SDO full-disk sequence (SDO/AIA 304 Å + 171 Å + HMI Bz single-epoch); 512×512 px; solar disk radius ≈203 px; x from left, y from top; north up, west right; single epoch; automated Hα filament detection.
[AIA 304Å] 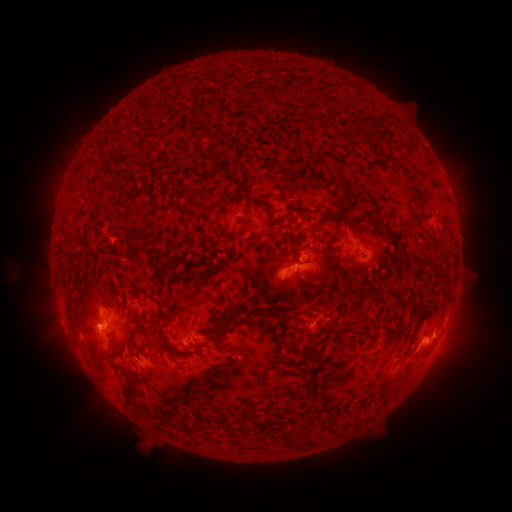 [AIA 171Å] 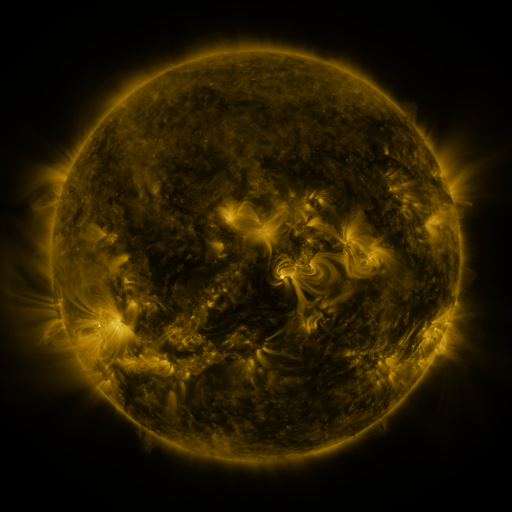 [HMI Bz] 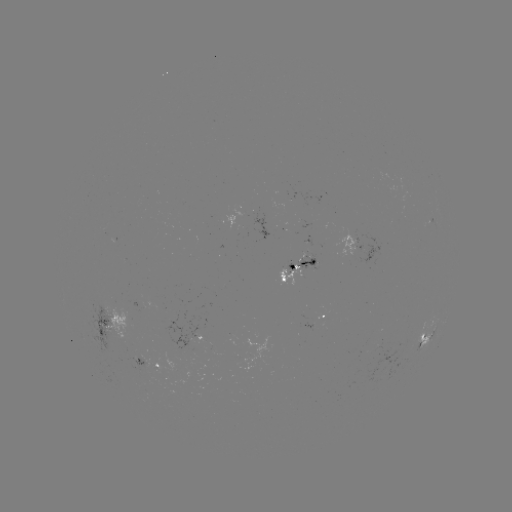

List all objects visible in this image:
filament: (104, 152)
filament: (323, 157)
filament: (284, 165)
filament: (268, 176)
filament: (341, 187)
filament: (283, 200)
filament: (118, 210)
filament: (389, 231)
filament: (222, 232)
filament: (294, 248)
filament: (146, 264)
filament: (99, 282)
filament: (260, 311)
filament: (349, 322)
filament: (219, 329)
filament: (284, 407)
filament: (284, 439)
